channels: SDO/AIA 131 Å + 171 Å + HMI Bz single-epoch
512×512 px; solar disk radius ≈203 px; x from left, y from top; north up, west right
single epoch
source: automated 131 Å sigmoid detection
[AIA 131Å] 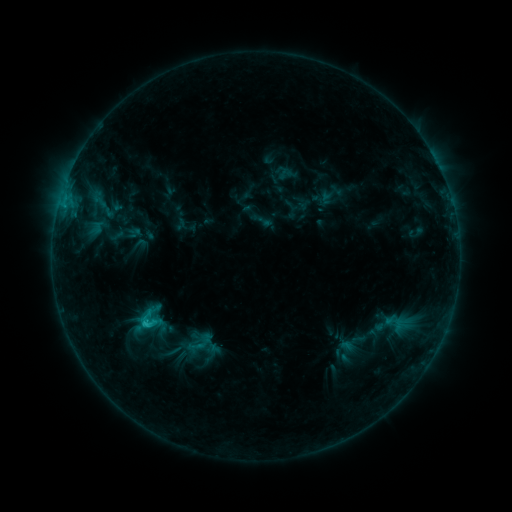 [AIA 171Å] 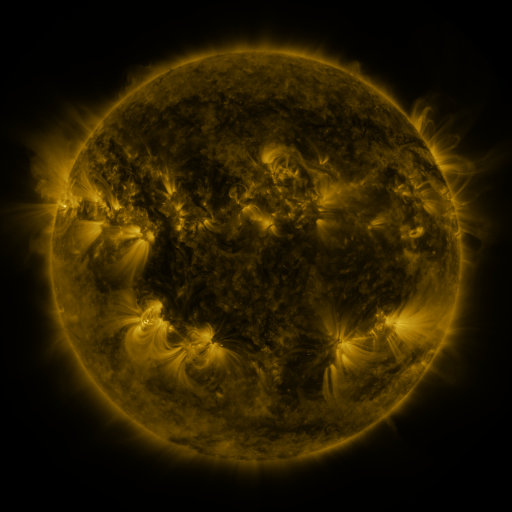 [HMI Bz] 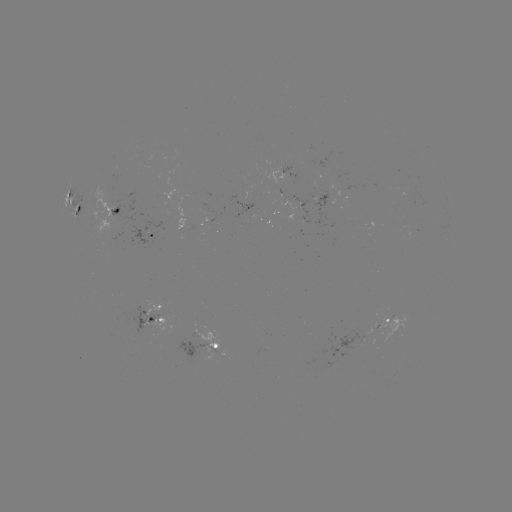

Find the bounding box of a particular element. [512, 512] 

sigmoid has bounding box [134, 309, 163, 332].